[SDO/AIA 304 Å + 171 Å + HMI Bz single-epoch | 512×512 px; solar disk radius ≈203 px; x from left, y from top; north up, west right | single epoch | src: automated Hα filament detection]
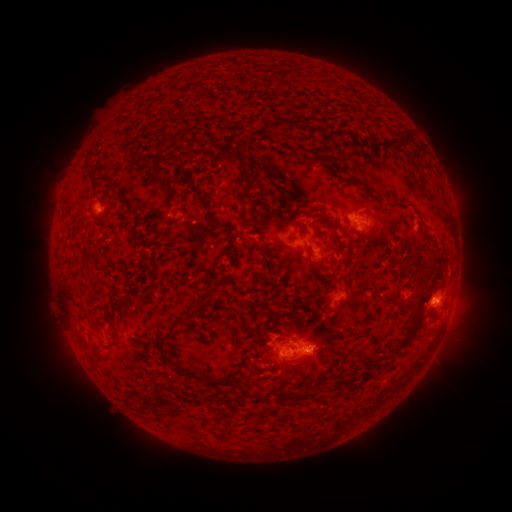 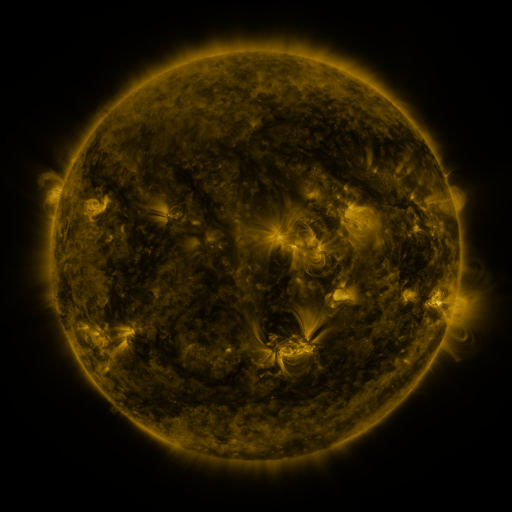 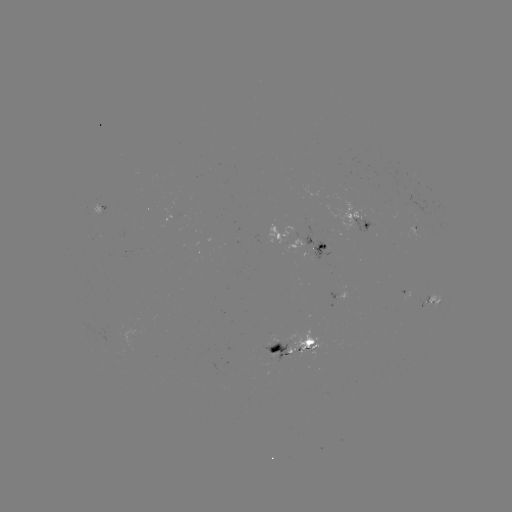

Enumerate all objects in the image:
filament: <bbox>390, 127, 411, 145</bbox>
filament: <bbox>168, 139, 176, 154</bbox>
filament: <bbox>228, 153, 246, 171</bbox>
filament: <bbox>239, 172, 258, 190</bbox>
filament: <bbox>95, 179, 105, 185</bbox>
filament: <bbox>252, 192, 263, 206</bbox>
filament: <bbox>205, 213, 224, 229</bbox>
filament: <bbox>252, 213, 262, 223</bbox>
filament: <bbox>312, 213, 326, 221</bbox>
filament: <bbox>368, 214, 380, 238</bbox>
filament: <bbox>325, 215, 338, 251</bbox>
filament: <bbox>259, 243, 282, 257</bbox>
filament: <bbox>305, 244, 325, 271</bbox>
filament: <bbox>331, 255, 339, 269</bbox>
filament: <bbox>392, 258, 437, 354</bbox>
filament: <bbox>277, 262, 289, 271</bbox>
filament: <bbox>60, 285, 75, 324</bbox>
filament: <bbox>323, 298, 336, 312</bbox>
filament: <bbox>158, 309, 233, 387</bbox>
filament: <bbox>104, 312, 113, 327</bbox>
filament: <bbox>74, 327, 85, 346</bbox>
filament: <bbox>253, 337, 269, 349</bbox>
filament: <bbox>87, 344, 98, 351</bbox>
filament: <bbox>259, 349, 270, 364</bbox>
filament: <bbox>292, 359, 303, 368</bbox>
